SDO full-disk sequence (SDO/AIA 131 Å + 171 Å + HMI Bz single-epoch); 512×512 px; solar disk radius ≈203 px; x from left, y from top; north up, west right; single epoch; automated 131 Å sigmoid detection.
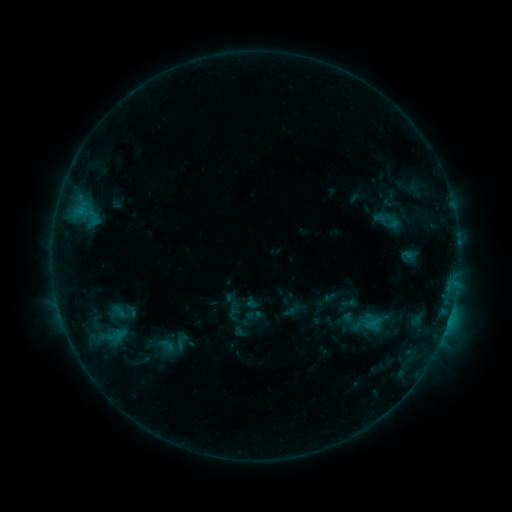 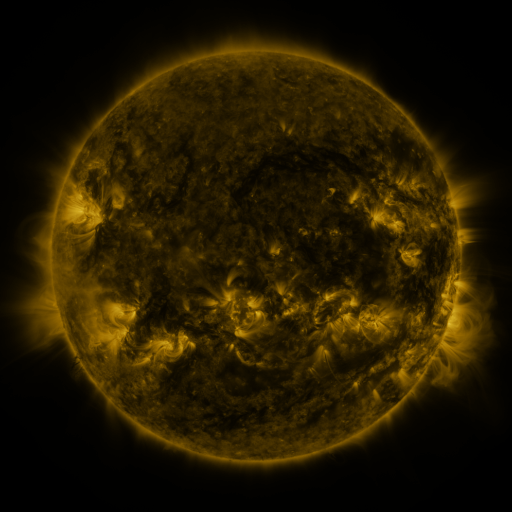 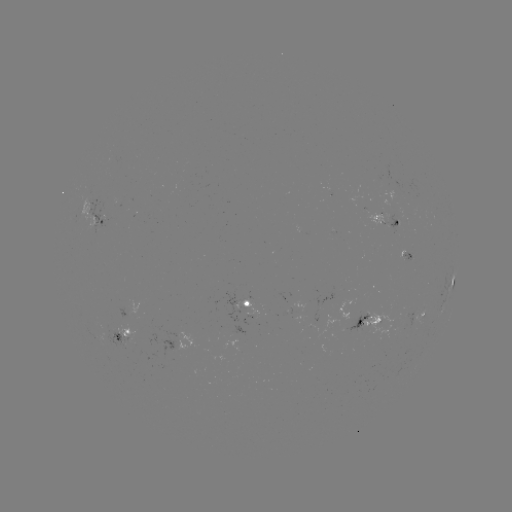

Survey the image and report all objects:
sigmoid: <bbox>168, 329, 194, 352</bbox>
